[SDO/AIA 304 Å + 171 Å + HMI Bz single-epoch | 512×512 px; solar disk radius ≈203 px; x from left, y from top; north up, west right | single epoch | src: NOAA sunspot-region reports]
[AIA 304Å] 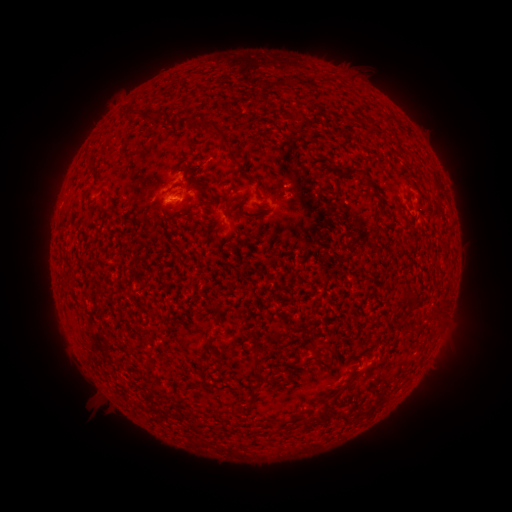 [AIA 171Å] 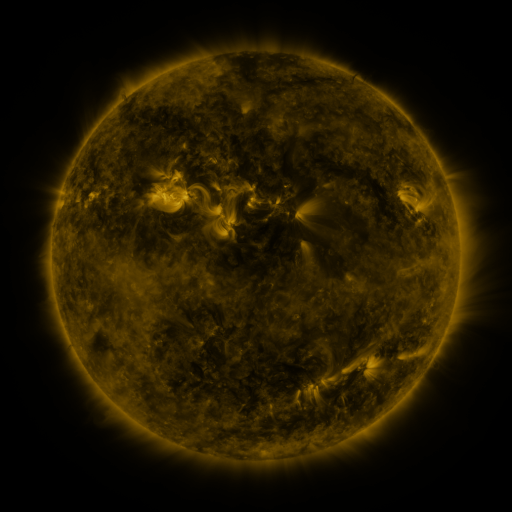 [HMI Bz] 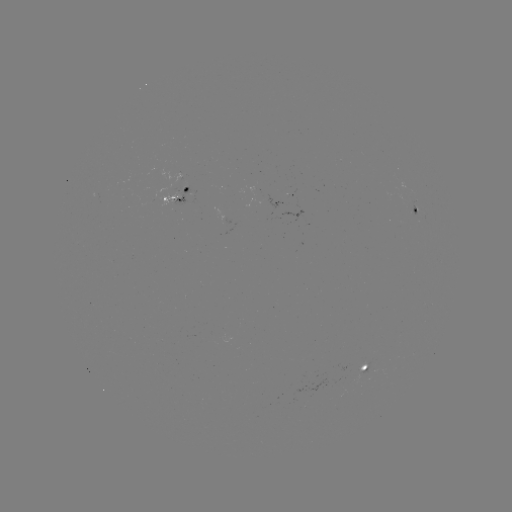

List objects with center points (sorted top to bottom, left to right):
spotted active region: (167, 194)
spotted active region: (416, 210)
spotted active region: (360, 367)
